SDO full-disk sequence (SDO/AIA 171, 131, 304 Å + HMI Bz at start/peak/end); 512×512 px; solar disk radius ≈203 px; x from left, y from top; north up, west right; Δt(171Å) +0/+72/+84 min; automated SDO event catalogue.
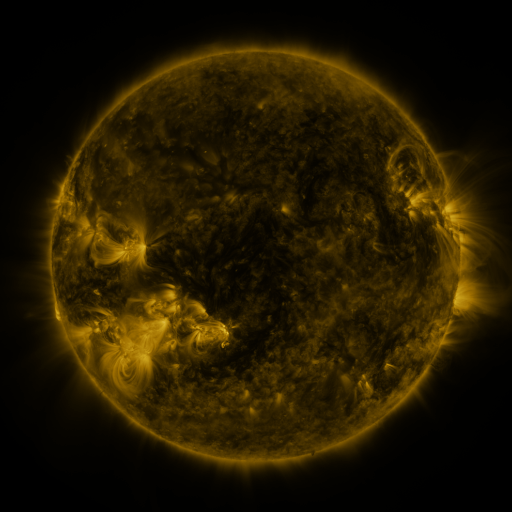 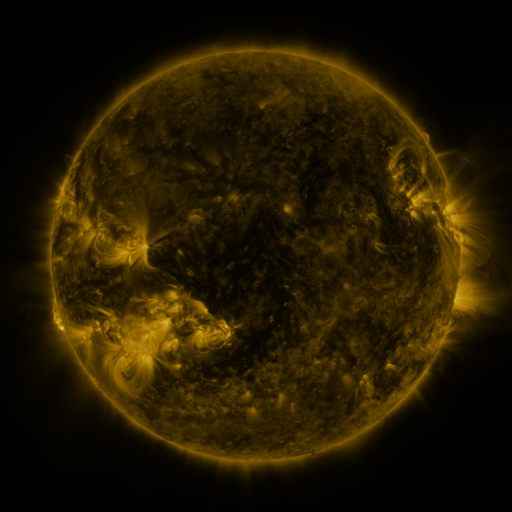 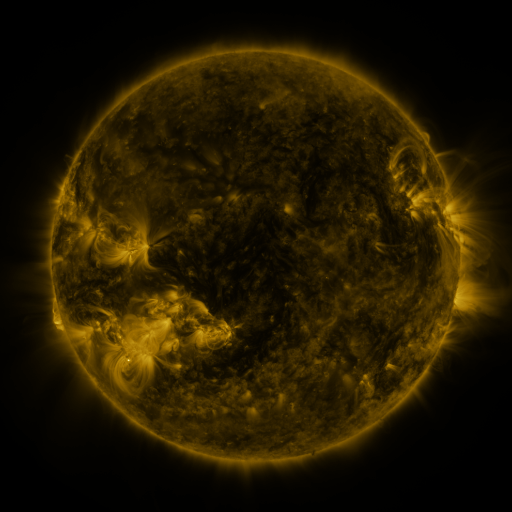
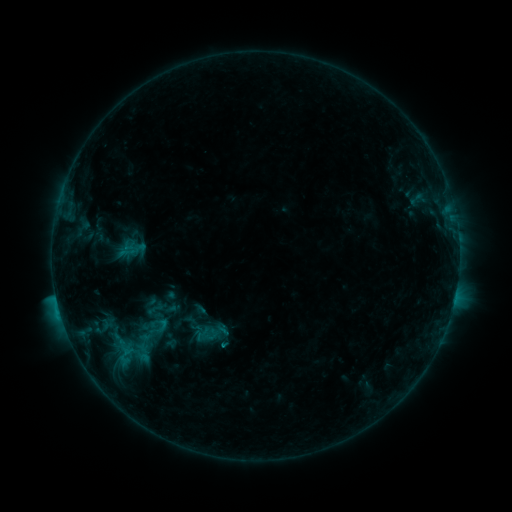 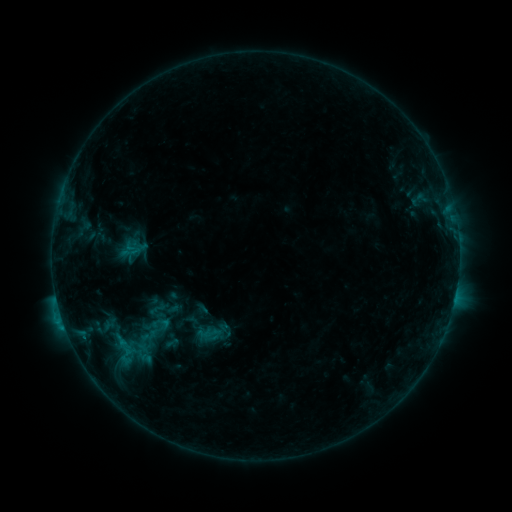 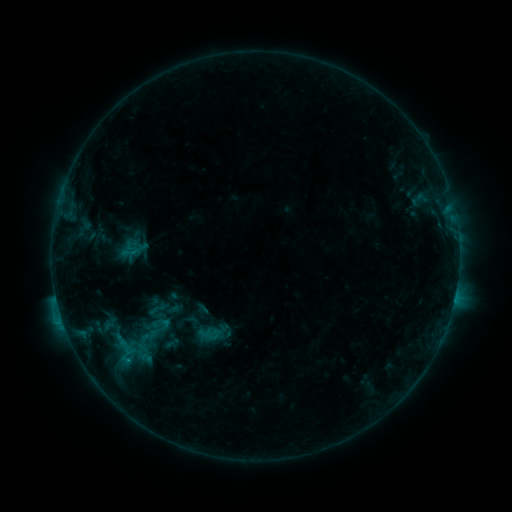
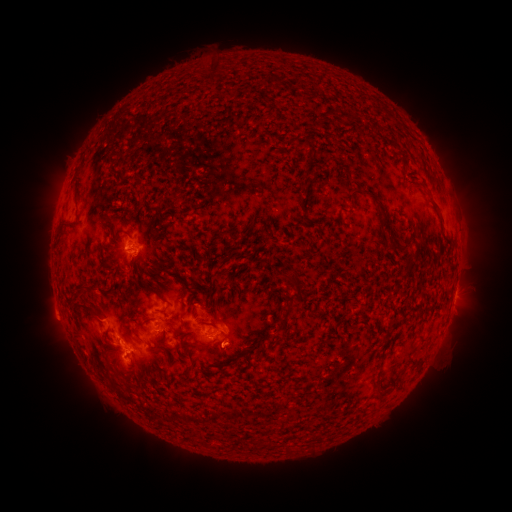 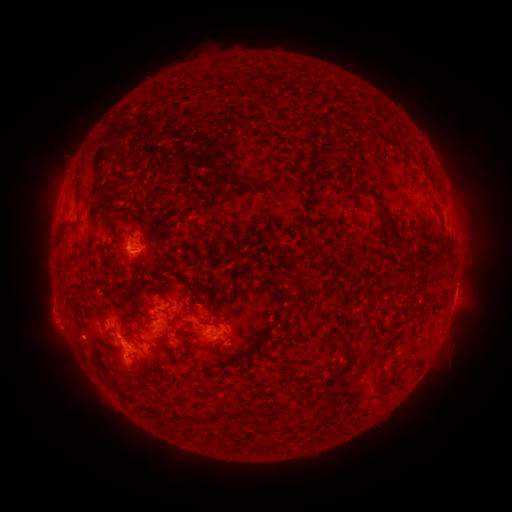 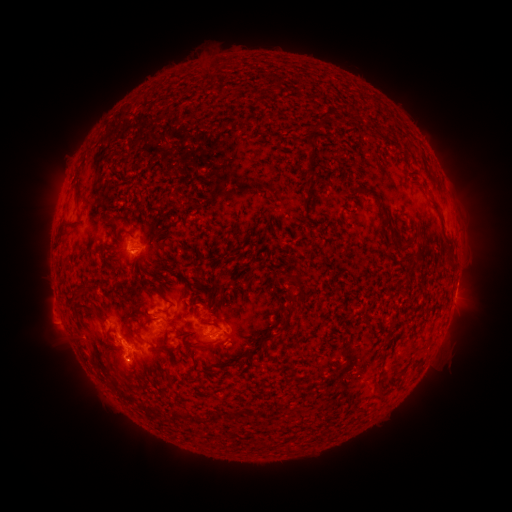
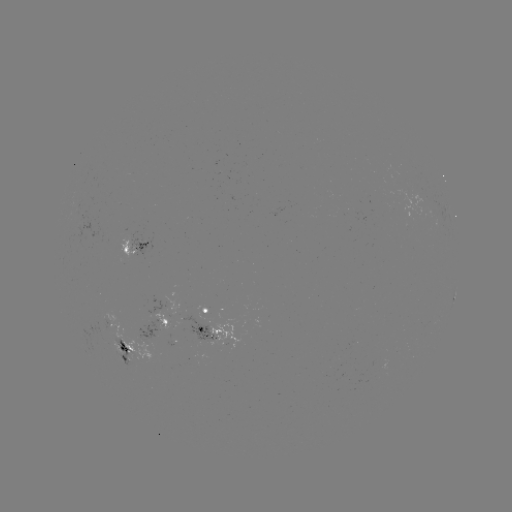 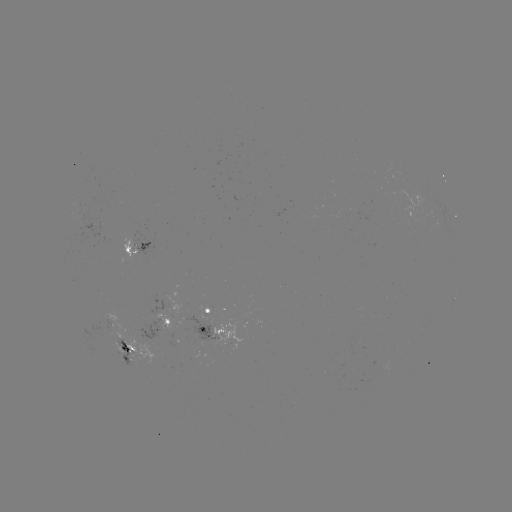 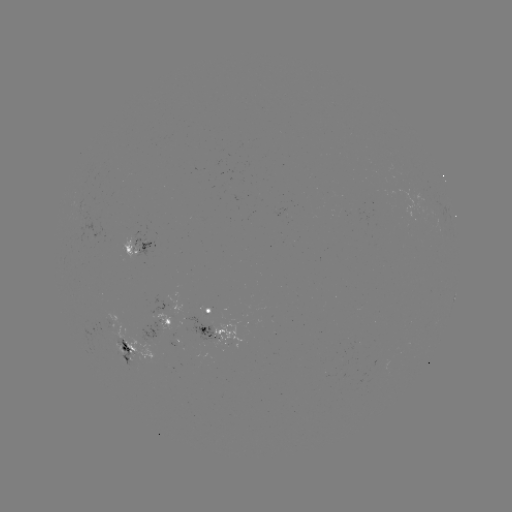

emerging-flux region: [122, 232, 152, 259]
